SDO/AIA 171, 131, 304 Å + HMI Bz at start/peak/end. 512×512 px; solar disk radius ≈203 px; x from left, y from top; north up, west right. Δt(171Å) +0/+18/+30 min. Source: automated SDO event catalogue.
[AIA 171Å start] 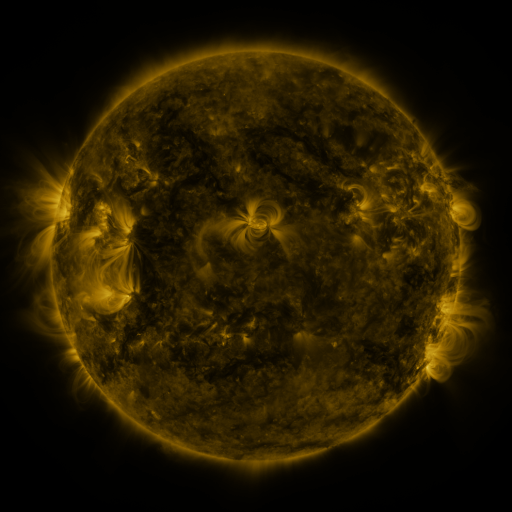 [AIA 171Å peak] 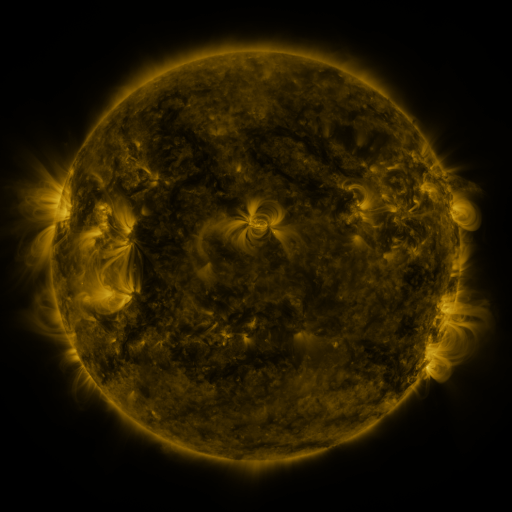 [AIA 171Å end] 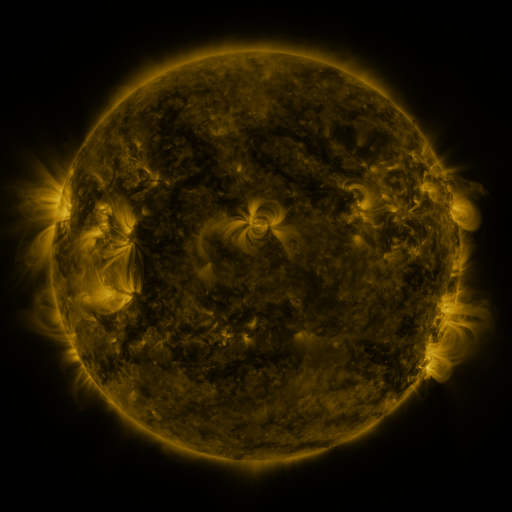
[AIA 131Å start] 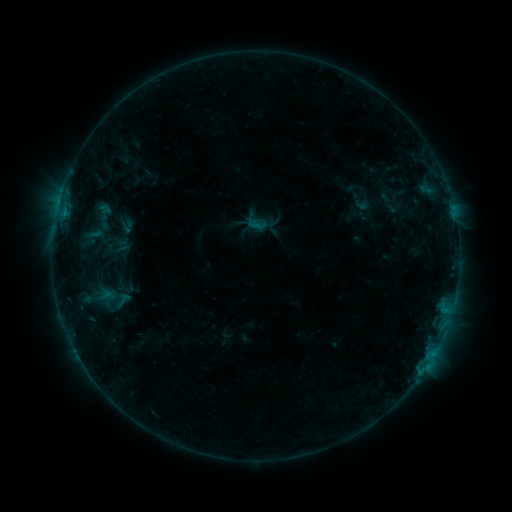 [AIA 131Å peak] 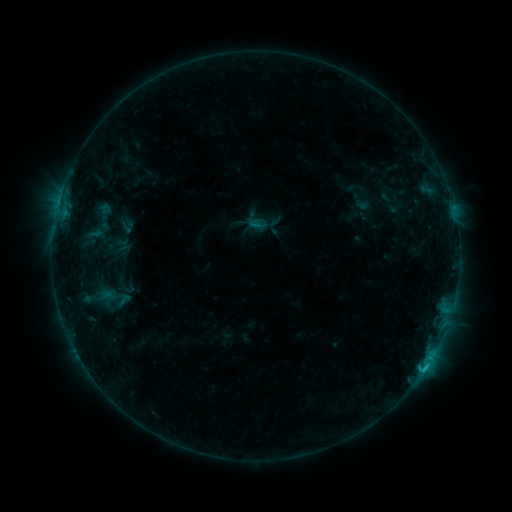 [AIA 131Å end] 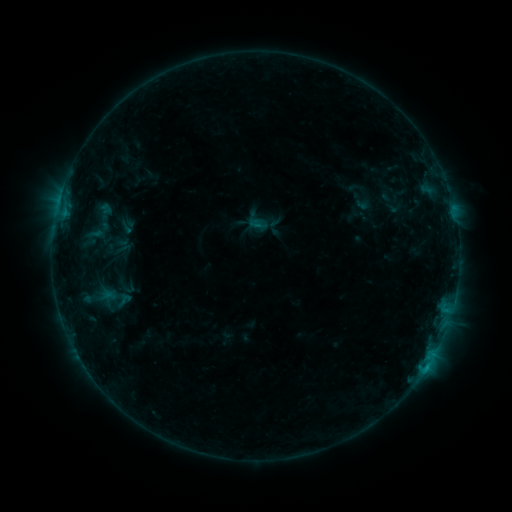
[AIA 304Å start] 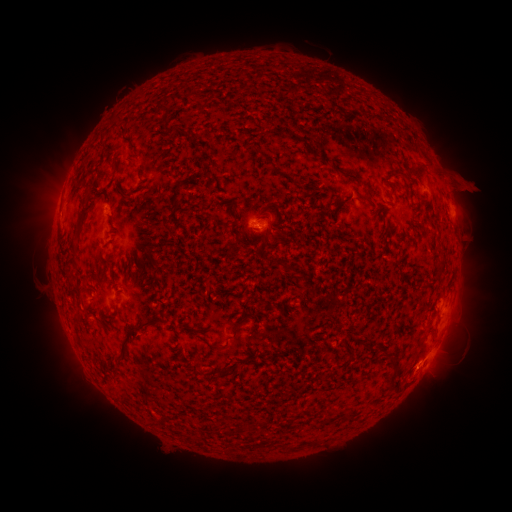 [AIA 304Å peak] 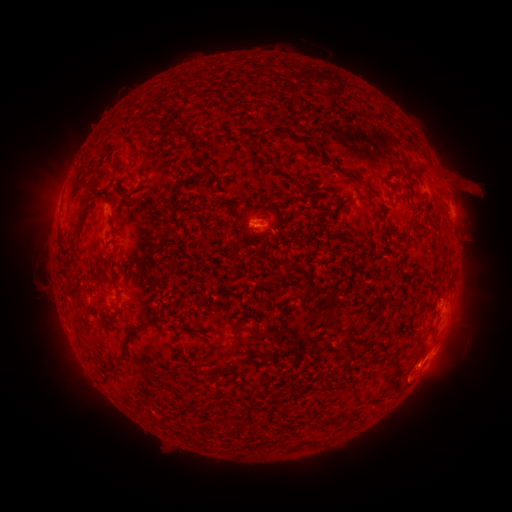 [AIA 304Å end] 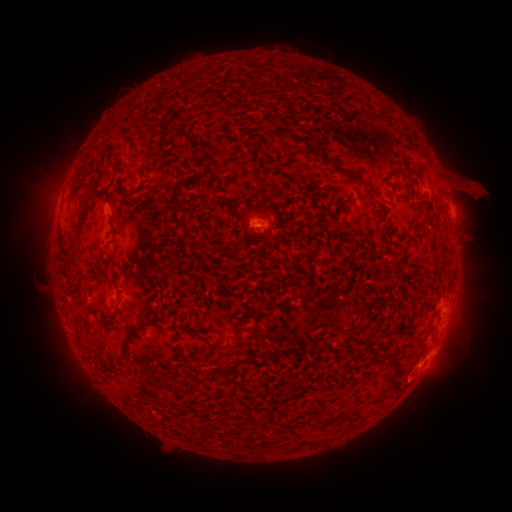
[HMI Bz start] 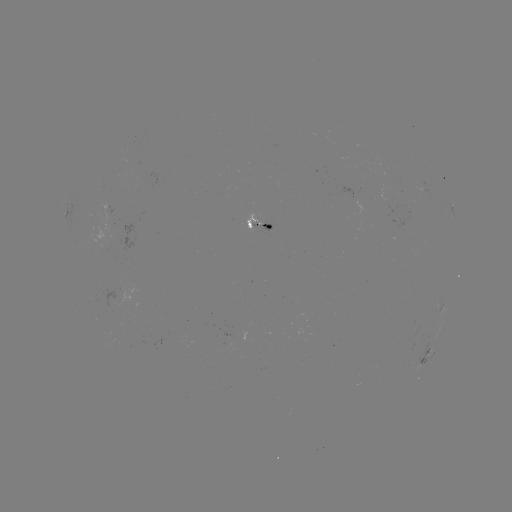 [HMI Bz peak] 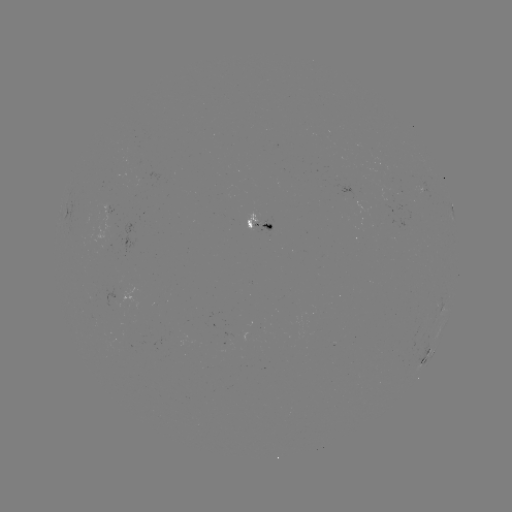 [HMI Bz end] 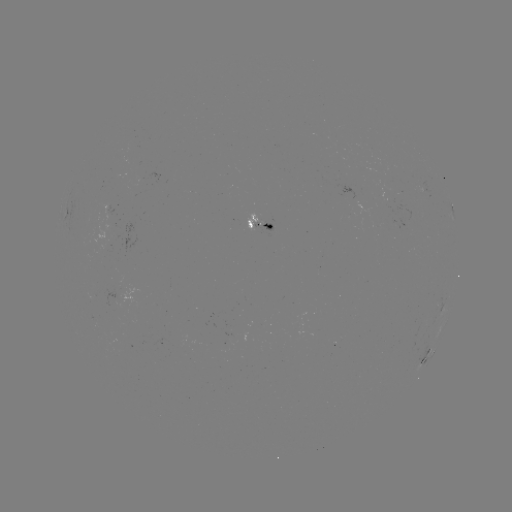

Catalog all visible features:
C1.1 flare: (426, 366)
